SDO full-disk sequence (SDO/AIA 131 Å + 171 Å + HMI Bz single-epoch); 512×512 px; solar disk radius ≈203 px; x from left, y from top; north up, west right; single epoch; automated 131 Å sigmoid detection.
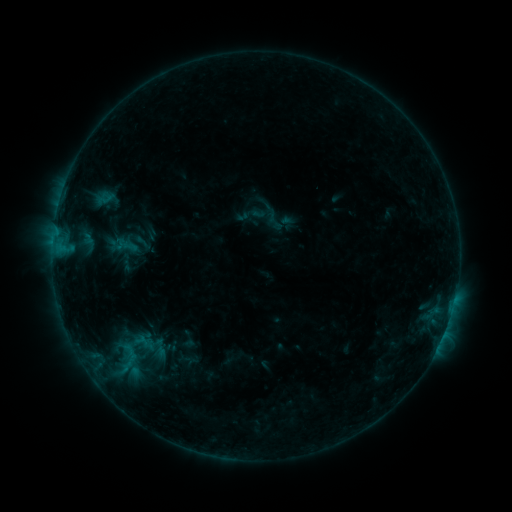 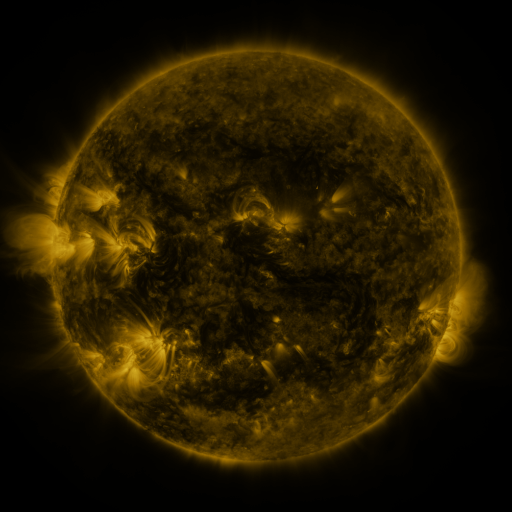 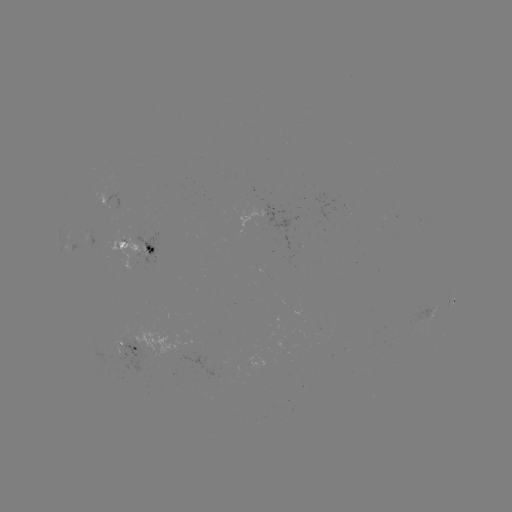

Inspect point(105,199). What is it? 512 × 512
sigmoid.